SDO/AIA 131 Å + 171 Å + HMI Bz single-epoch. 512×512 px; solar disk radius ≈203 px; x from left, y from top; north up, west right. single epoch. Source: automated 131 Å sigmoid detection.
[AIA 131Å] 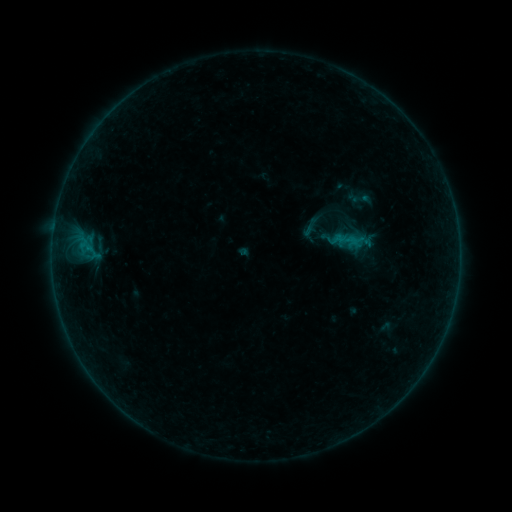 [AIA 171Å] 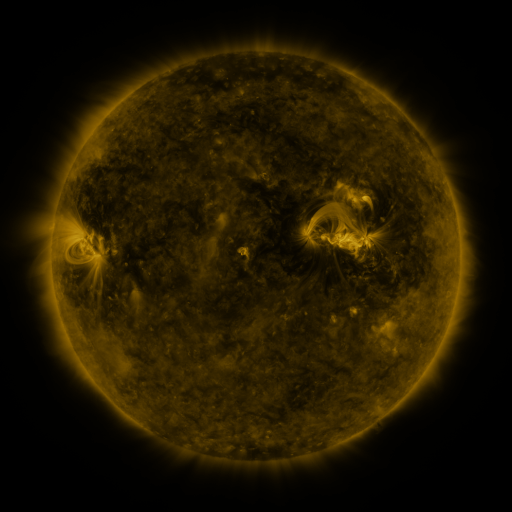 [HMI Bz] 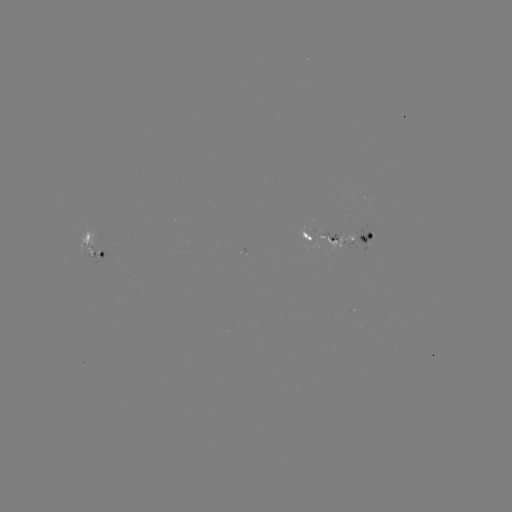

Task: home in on sigmoid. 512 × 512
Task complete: [361, 198].